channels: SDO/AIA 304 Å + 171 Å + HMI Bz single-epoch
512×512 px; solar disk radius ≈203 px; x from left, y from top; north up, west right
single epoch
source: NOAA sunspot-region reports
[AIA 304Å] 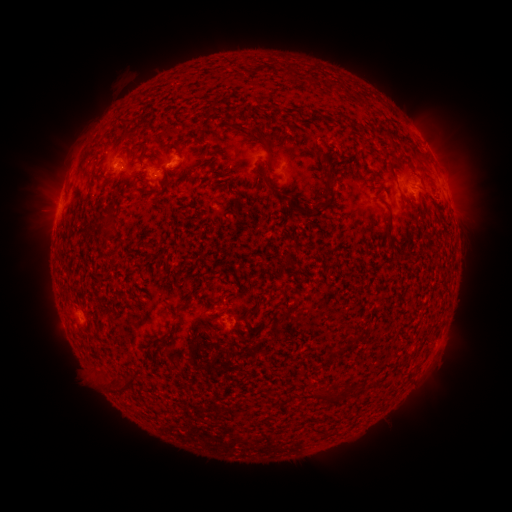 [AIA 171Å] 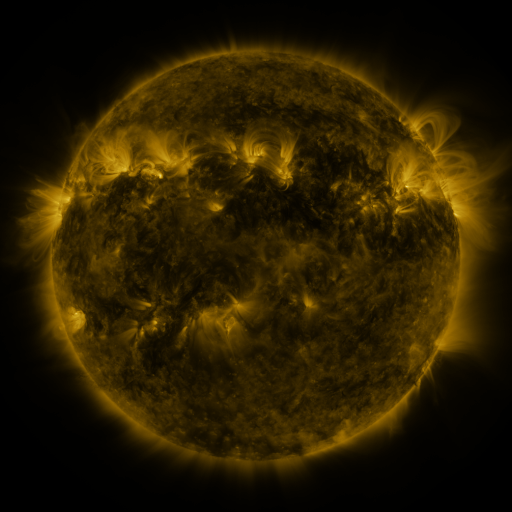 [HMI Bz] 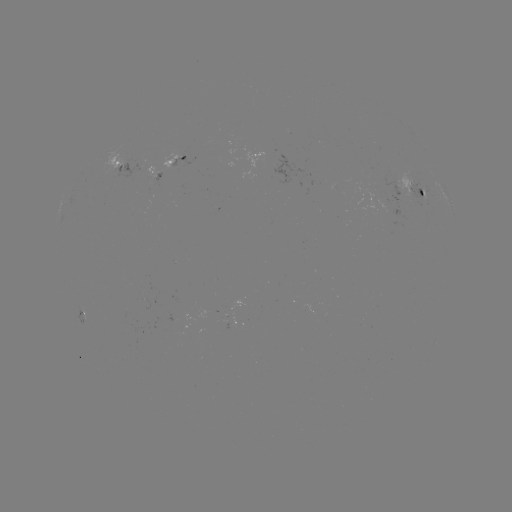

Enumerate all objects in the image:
spotted active region: (180, 155)
spotted active region: (124, 165)
spotted active region: (420, 188)
spotted active region: (451, 204)
spotted active region: (85, 312)
